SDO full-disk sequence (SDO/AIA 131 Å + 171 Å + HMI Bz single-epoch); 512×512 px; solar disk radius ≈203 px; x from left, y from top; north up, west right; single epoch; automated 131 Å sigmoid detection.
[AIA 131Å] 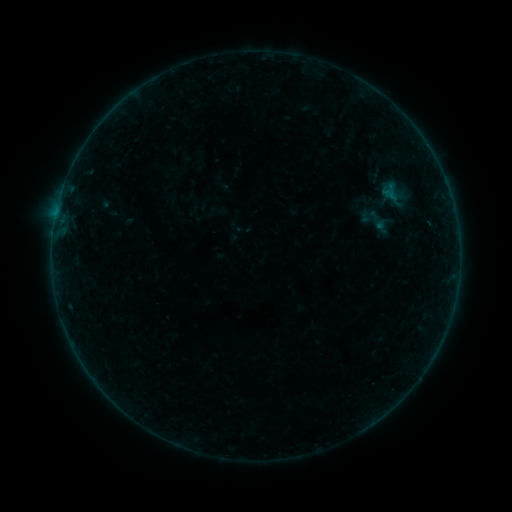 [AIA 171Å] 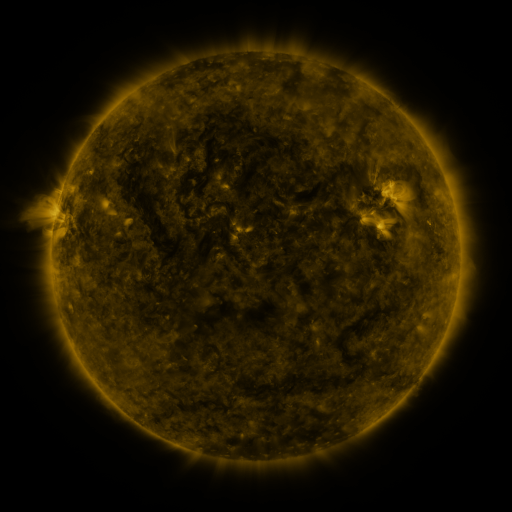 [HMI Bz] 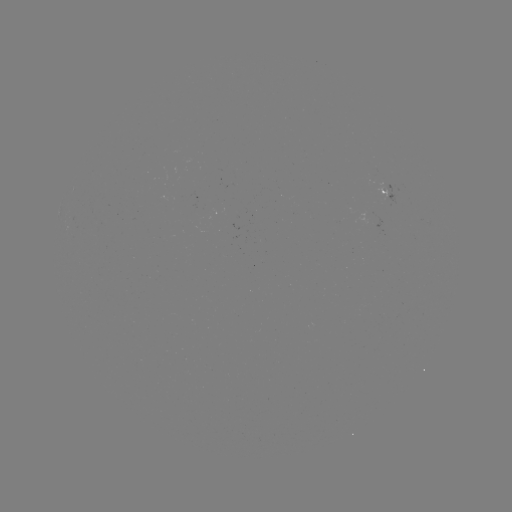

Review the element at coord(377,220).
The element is sigmoid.